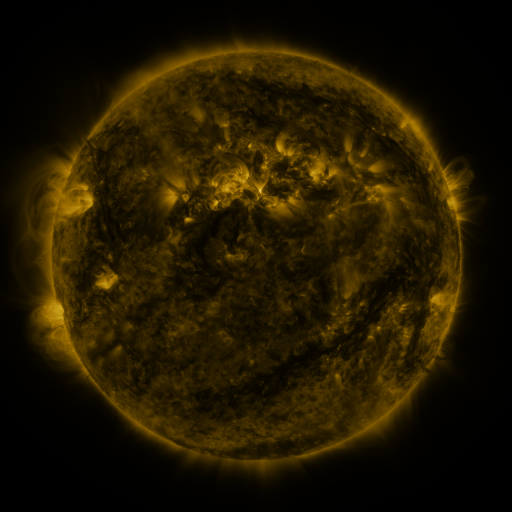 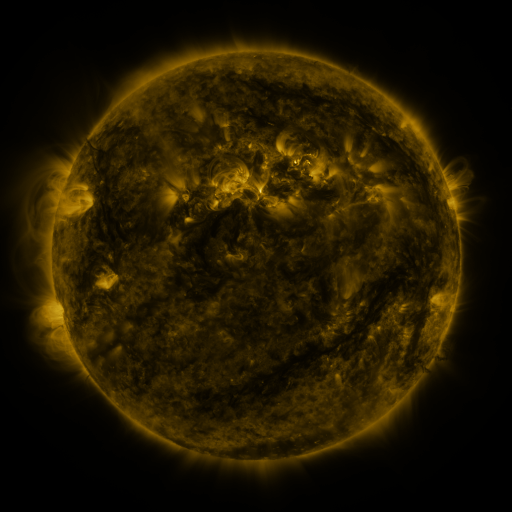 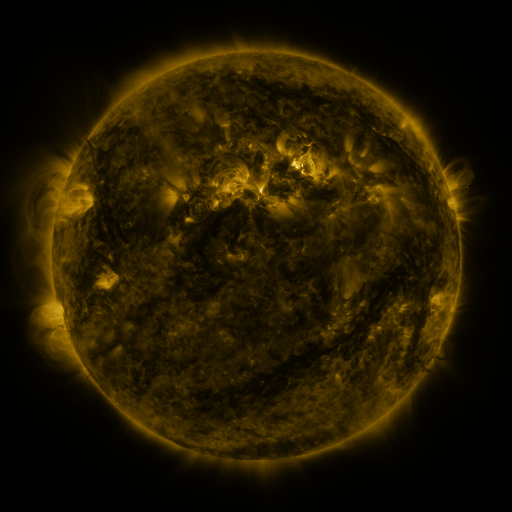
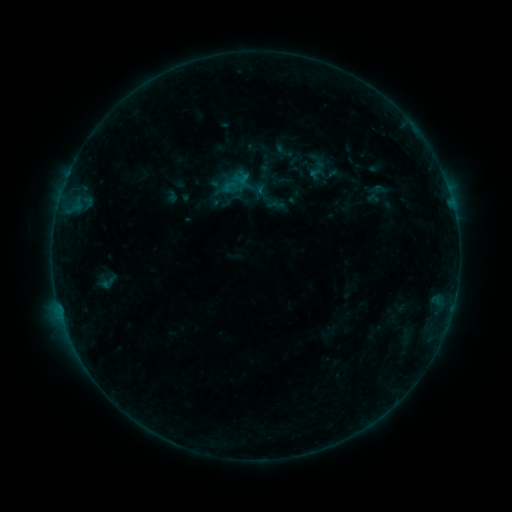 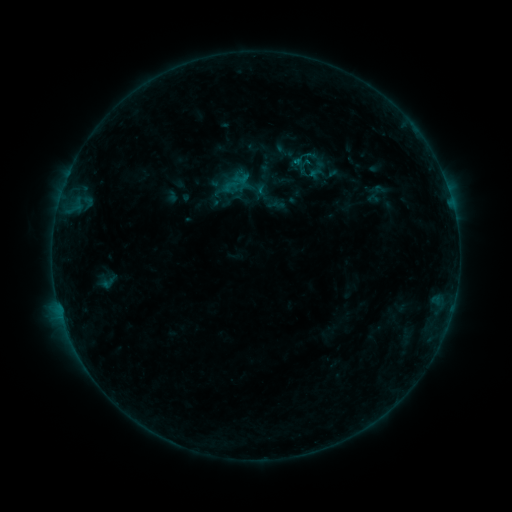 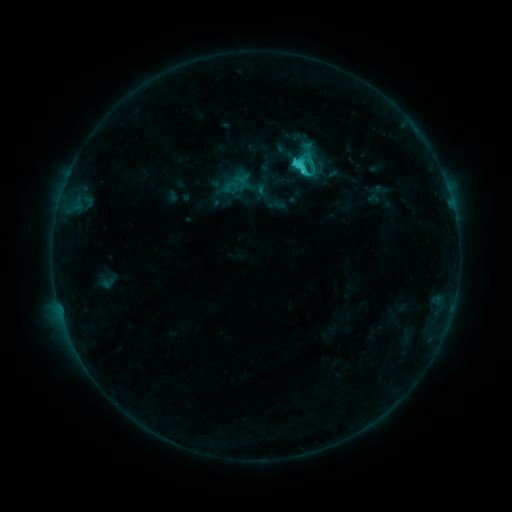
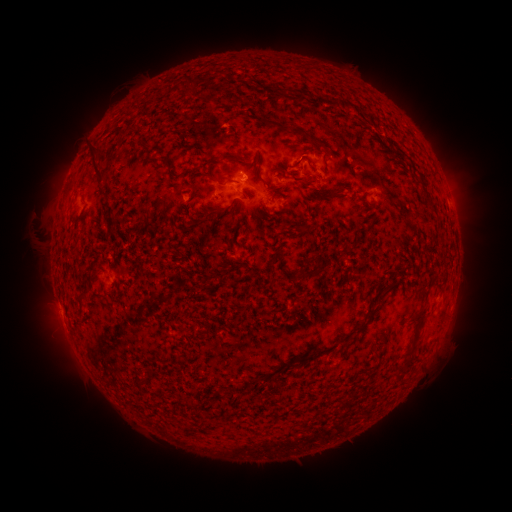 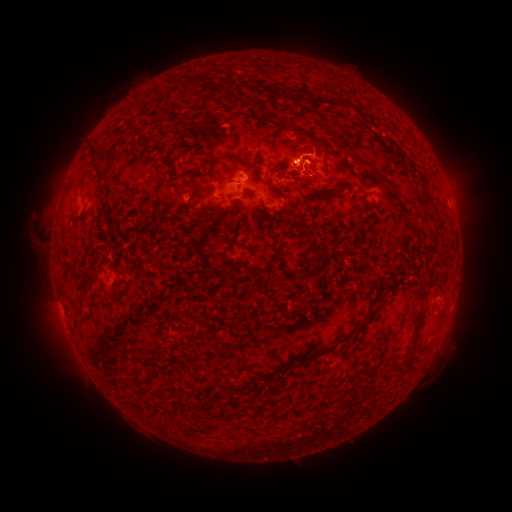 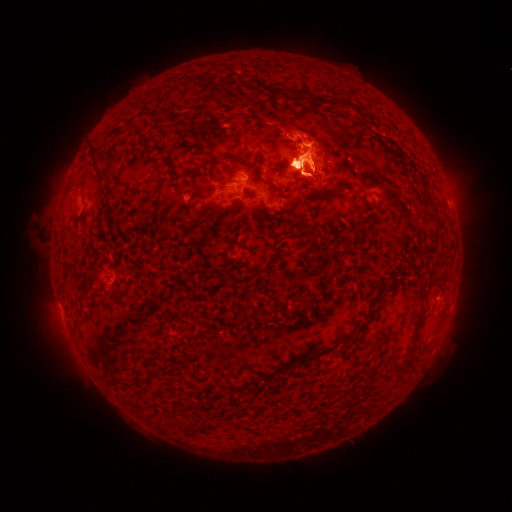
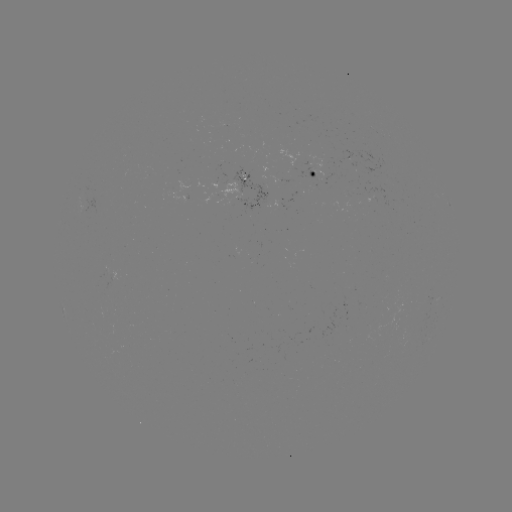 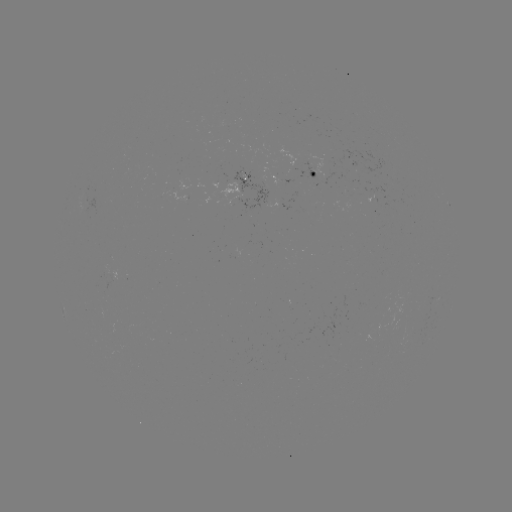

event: flare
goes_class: C3.3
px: (295, 163)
